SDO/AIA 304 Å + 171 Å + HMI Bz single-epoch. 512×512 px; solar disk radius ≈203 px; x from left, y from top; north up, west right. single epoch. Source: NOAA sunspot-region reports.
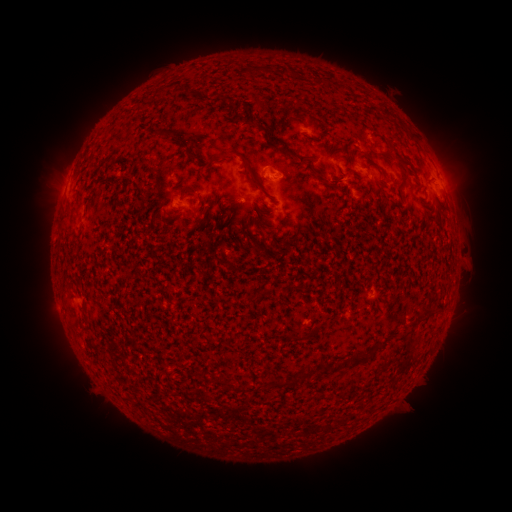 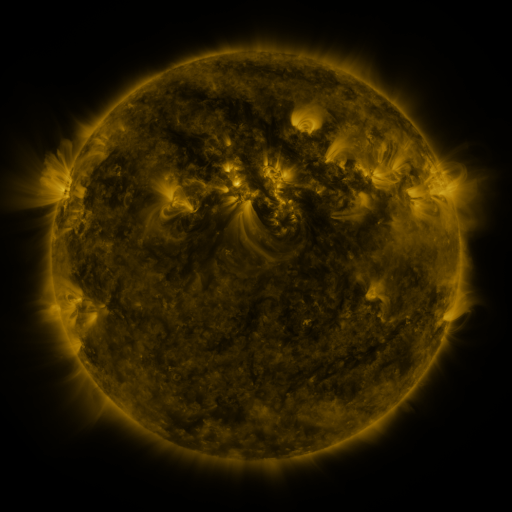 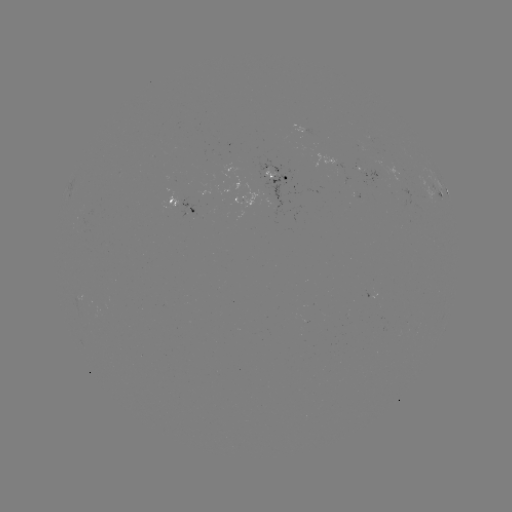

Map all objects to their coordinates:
spotted active region: (370, 174)
spotted active region: (276, 175)
spotted active region: (447, 191)
spotted active region: (440, 193)
spotted active region: (181, 203)
